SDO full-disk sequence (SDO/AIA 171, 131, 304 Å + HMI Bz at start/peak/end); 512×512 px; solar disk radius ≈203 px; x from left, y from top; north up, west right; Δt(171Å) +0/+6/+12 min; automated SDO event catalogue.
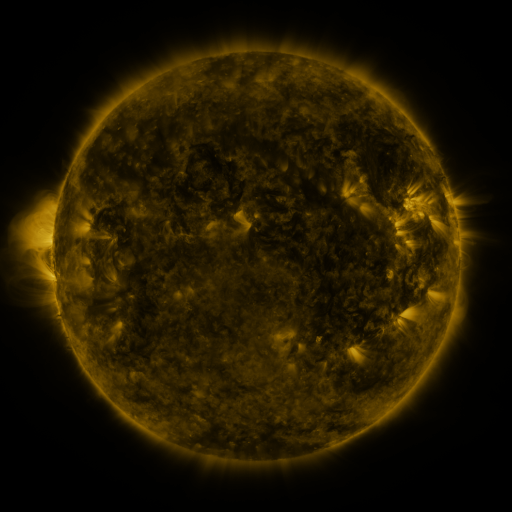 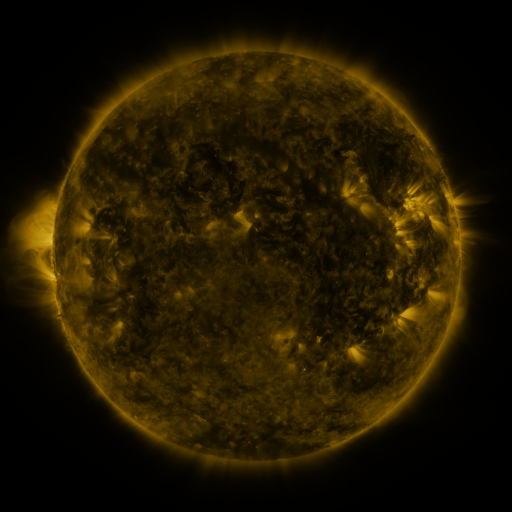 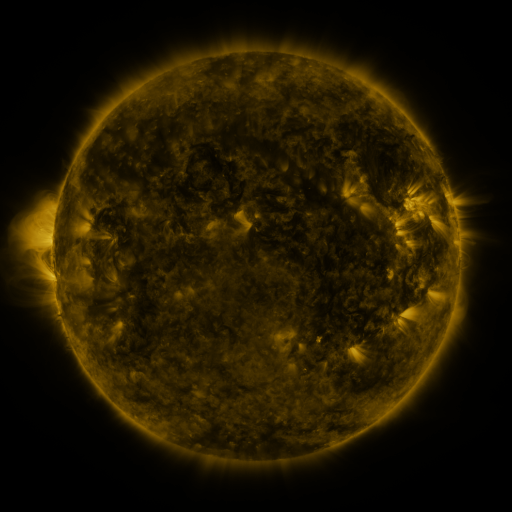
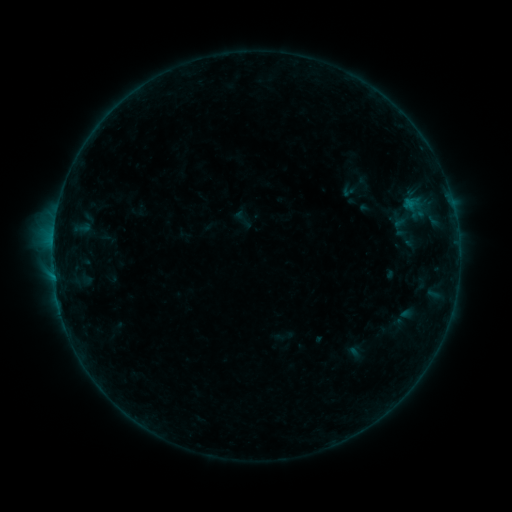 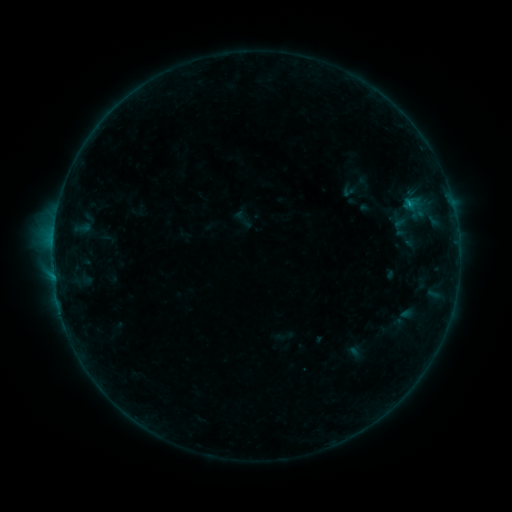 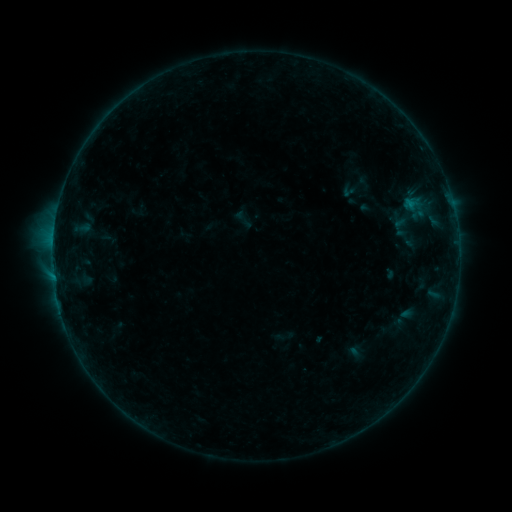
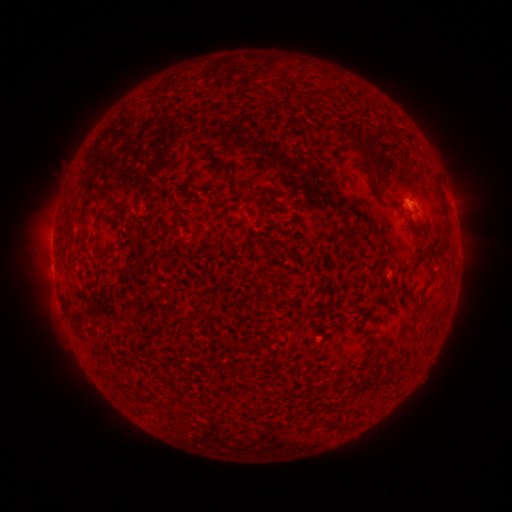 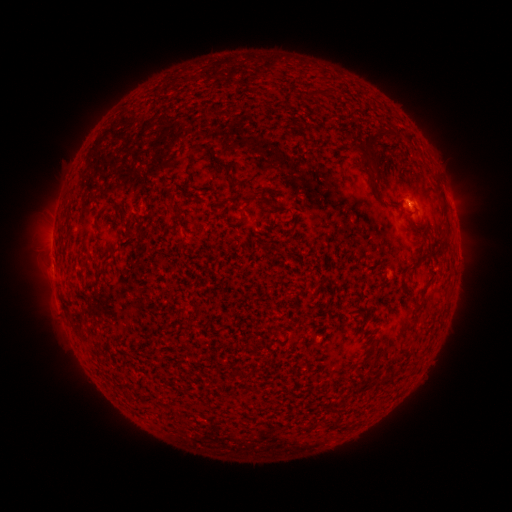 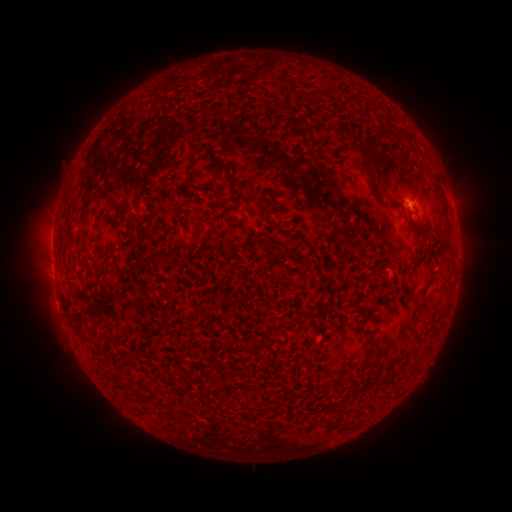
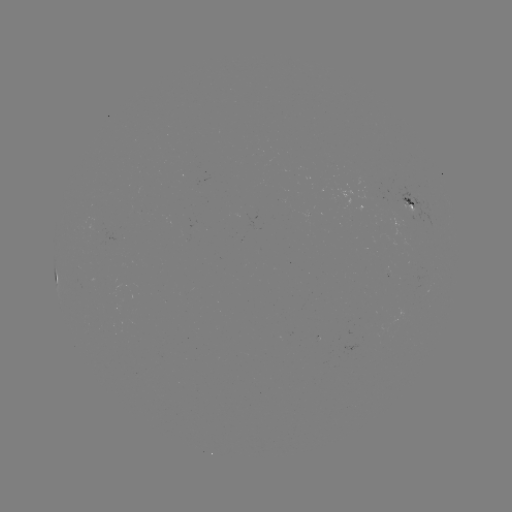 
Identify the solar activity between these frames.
B2.1 flare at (409, 204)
